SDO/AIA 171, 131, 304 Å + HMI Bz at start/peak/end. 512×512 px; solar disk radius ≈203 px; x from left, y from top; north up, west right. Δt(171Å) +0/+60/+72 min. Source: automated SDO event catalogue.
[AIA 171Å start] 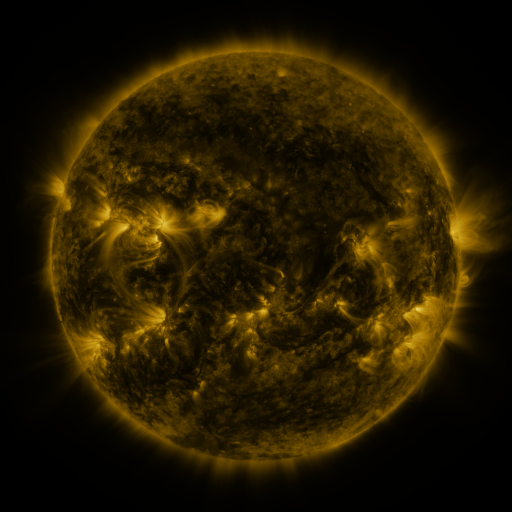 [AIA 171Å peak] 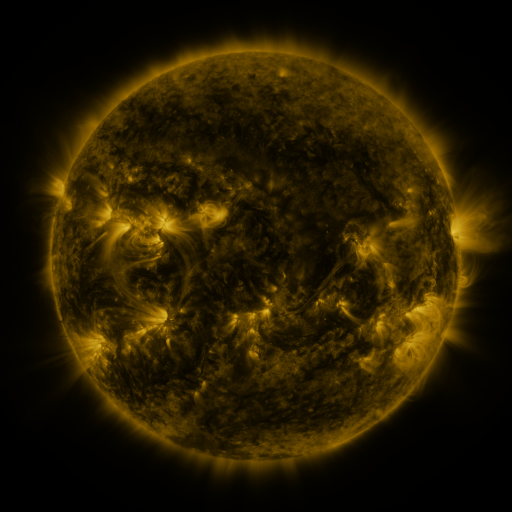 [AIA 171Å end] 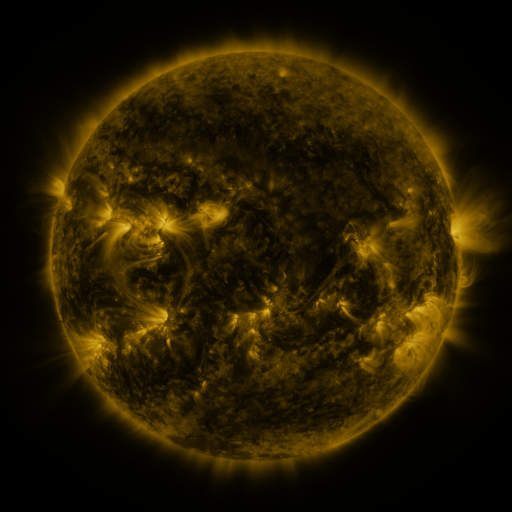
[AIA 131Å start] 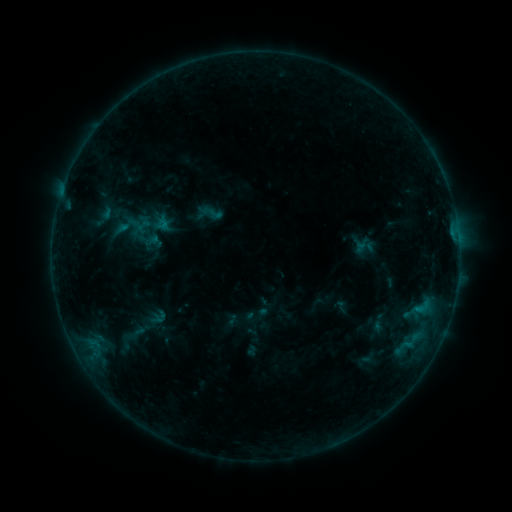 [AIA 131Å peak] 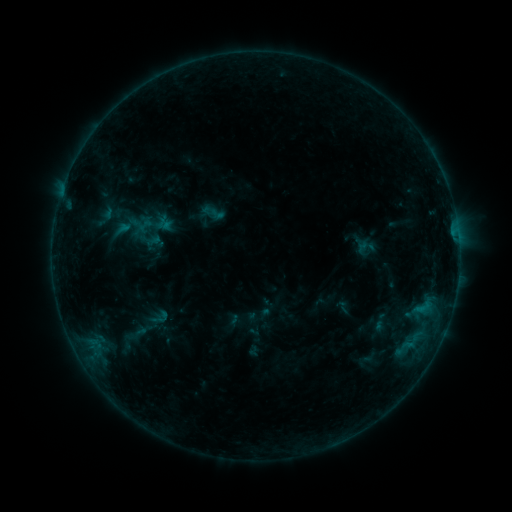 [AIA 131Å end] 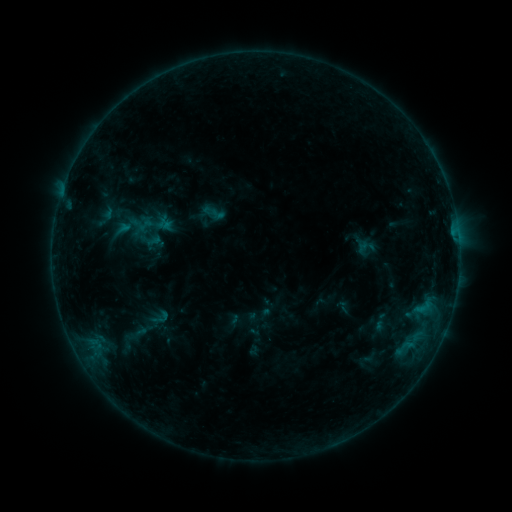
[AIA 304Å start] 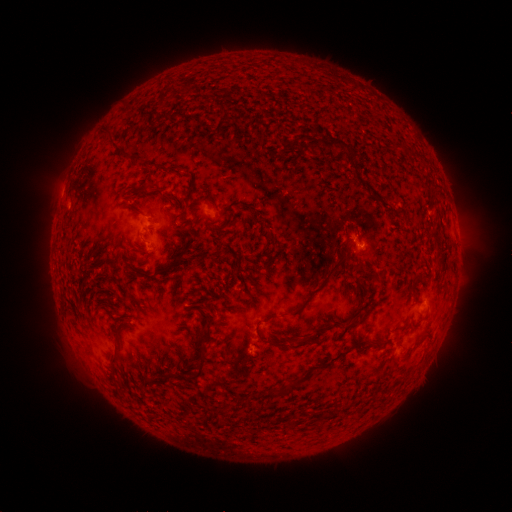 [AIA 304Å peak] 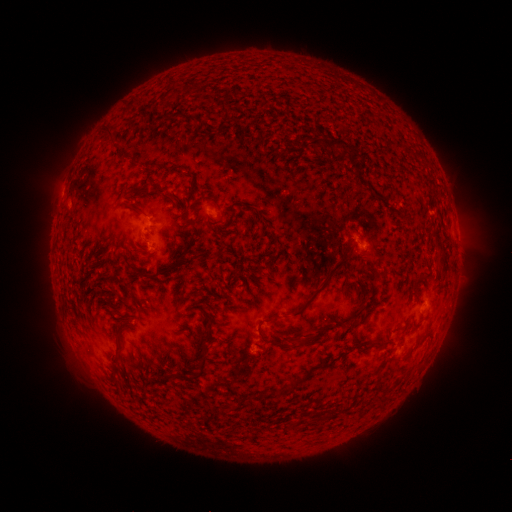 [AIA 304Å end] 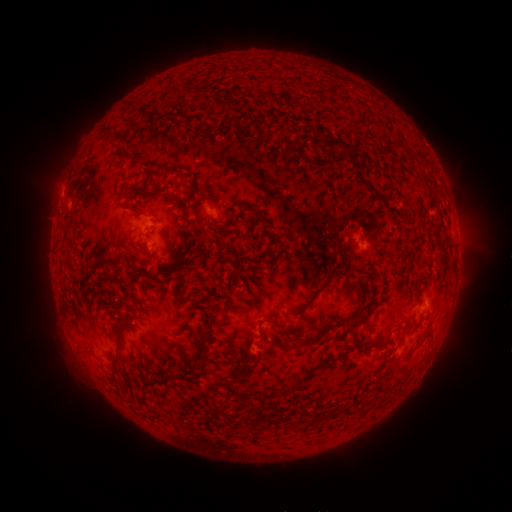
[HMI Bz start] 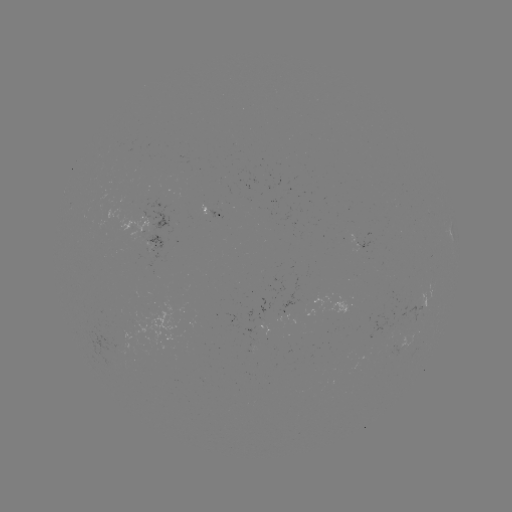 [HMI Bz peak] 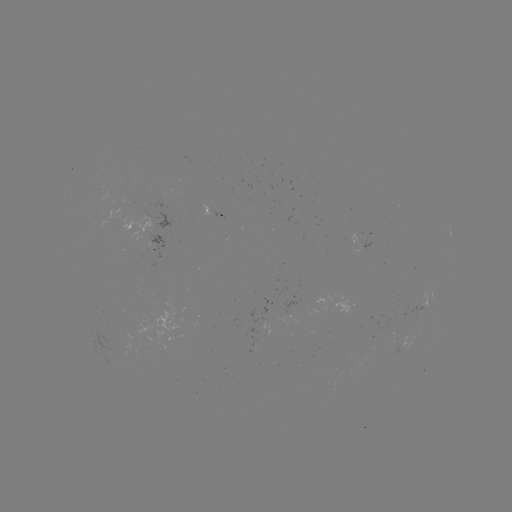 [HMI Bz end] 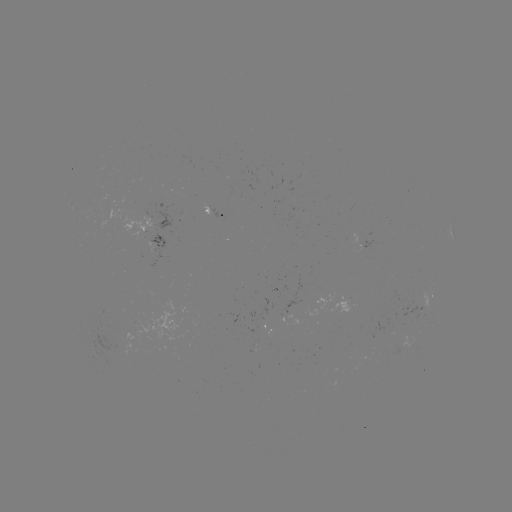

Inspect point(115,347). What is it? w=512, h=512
emerging-flux region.